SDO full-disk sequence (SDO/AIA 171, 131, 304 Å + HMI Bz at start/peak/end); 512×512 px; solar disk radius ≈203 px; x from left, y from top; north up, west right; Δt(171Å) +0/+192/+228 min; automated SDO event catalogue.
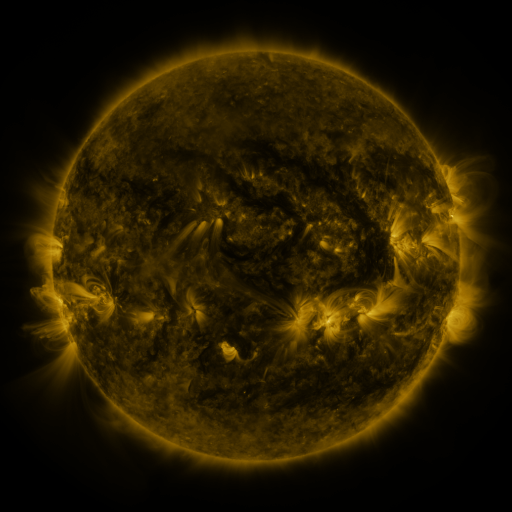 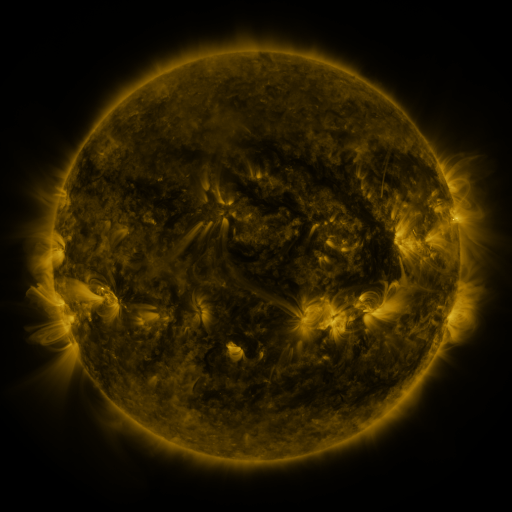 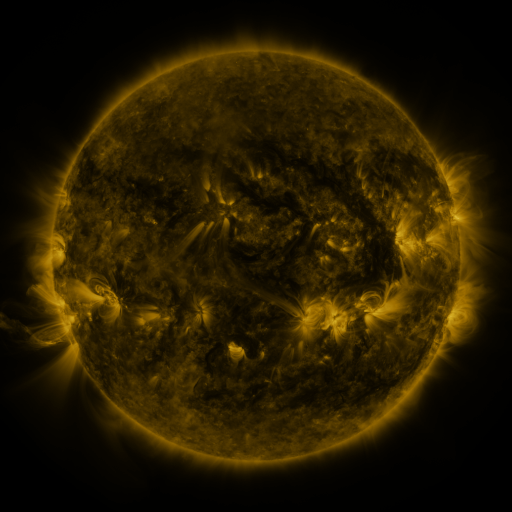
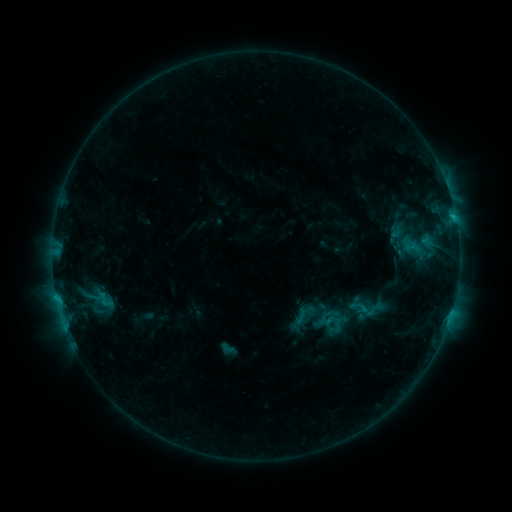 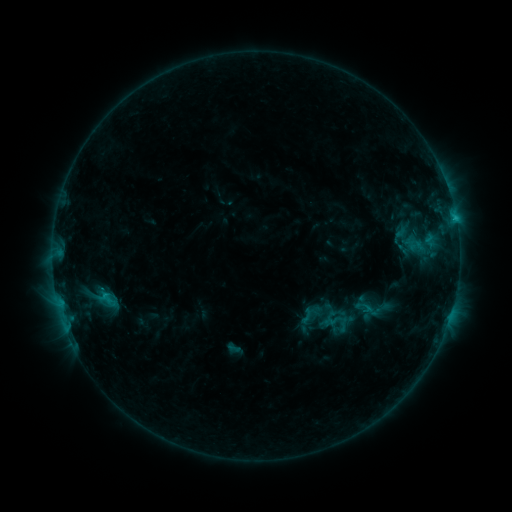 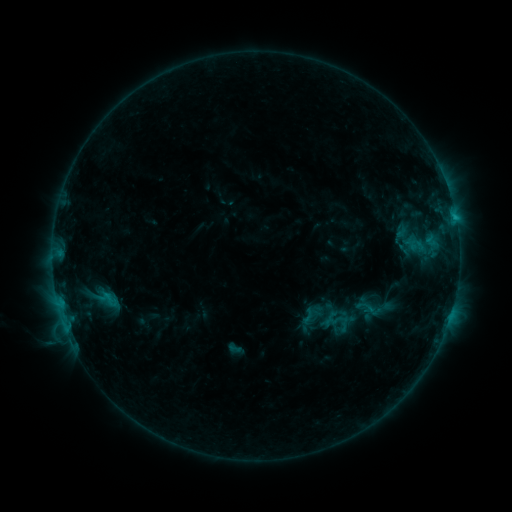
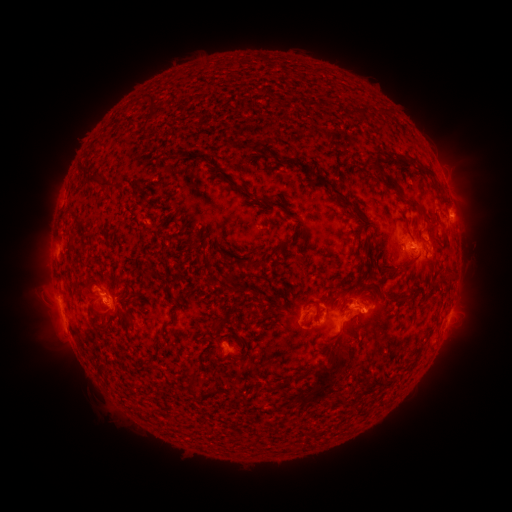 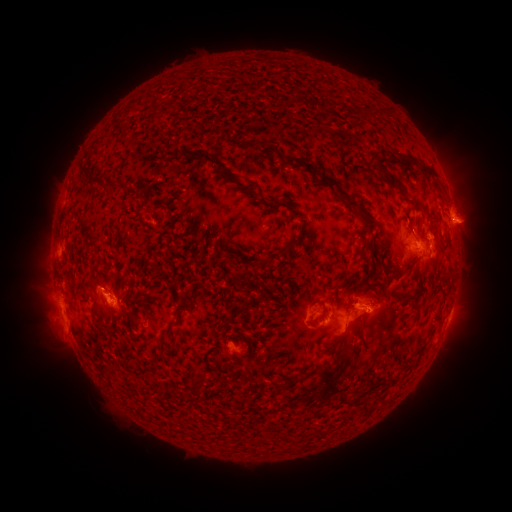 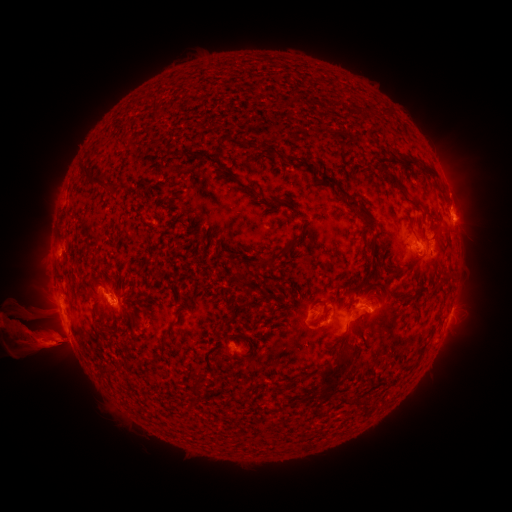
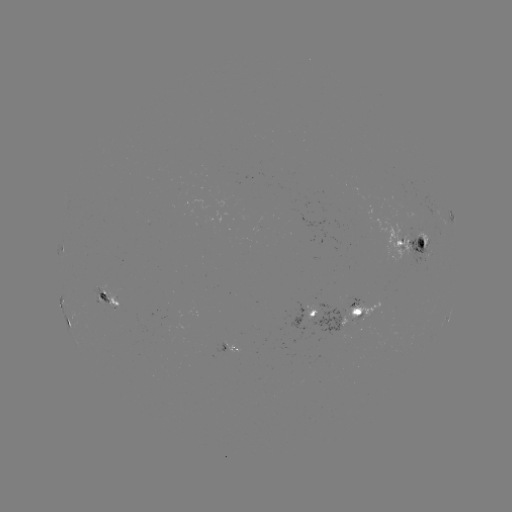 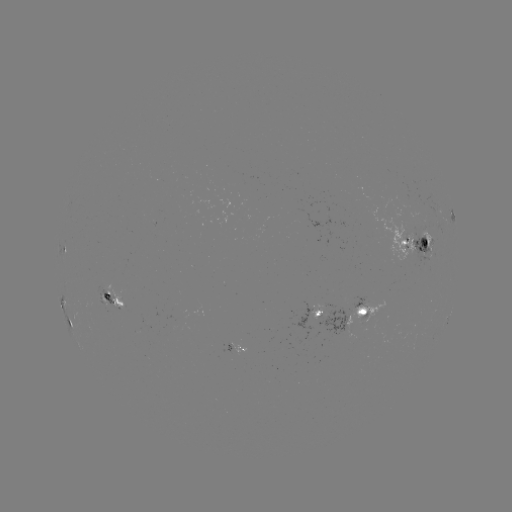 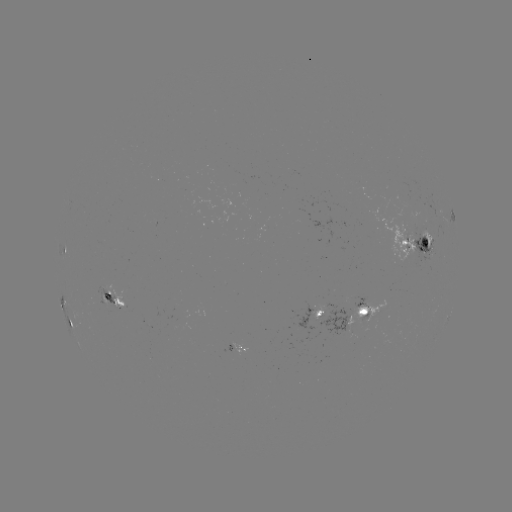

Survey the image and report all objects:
emerging-flux region: (353, 302)
